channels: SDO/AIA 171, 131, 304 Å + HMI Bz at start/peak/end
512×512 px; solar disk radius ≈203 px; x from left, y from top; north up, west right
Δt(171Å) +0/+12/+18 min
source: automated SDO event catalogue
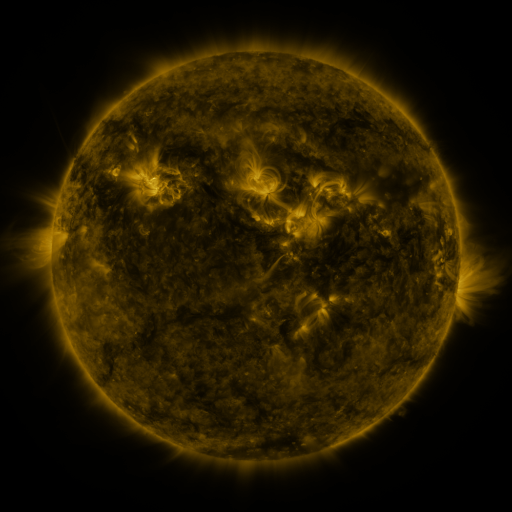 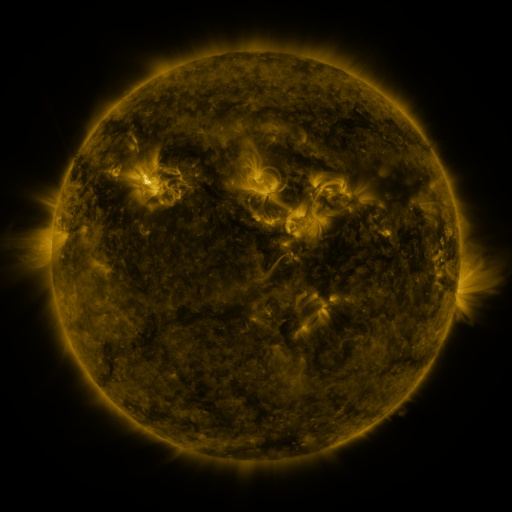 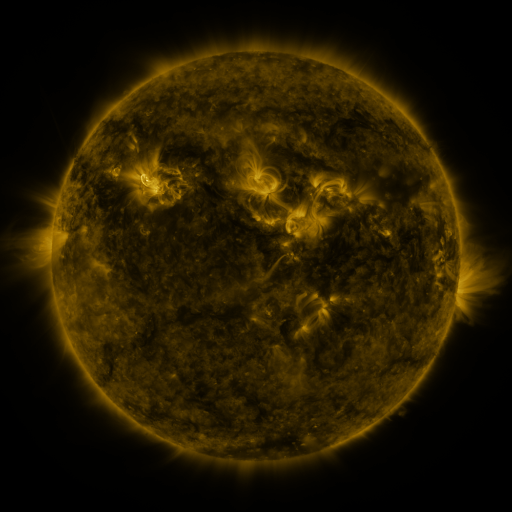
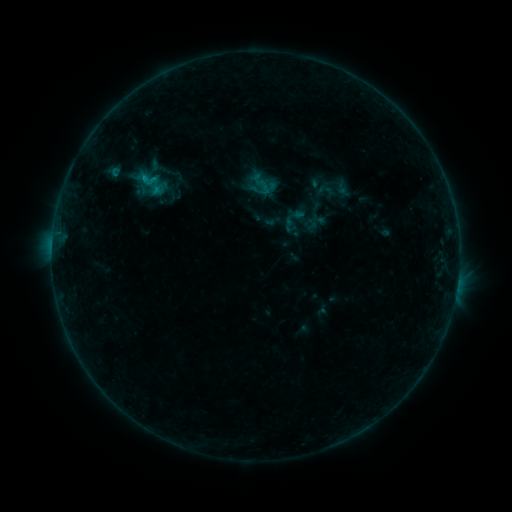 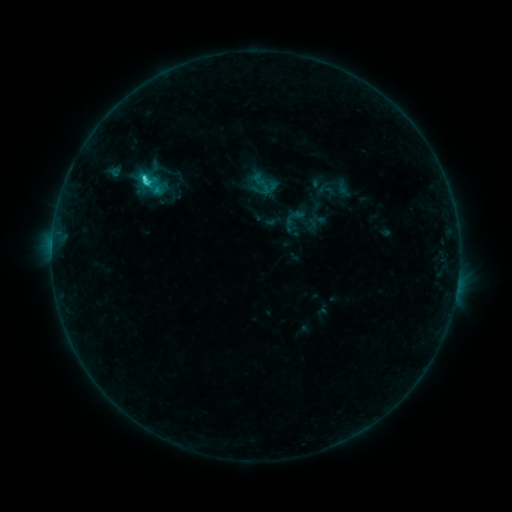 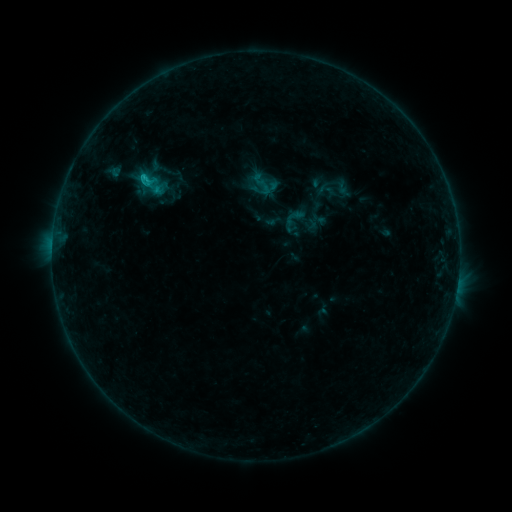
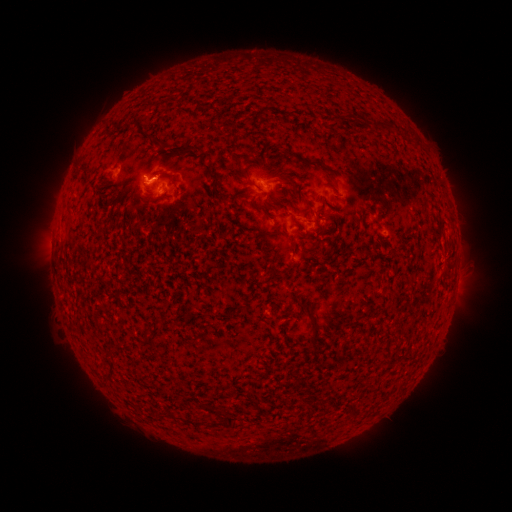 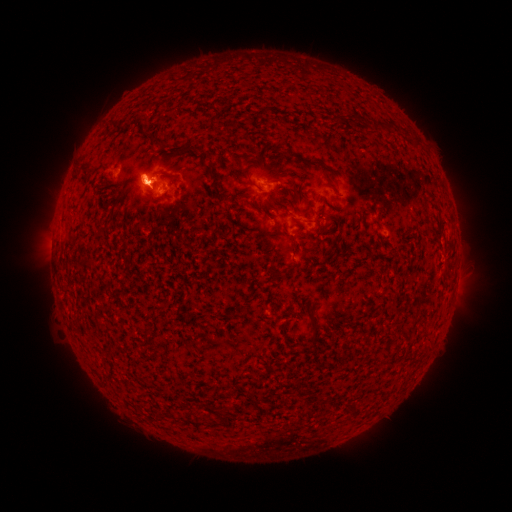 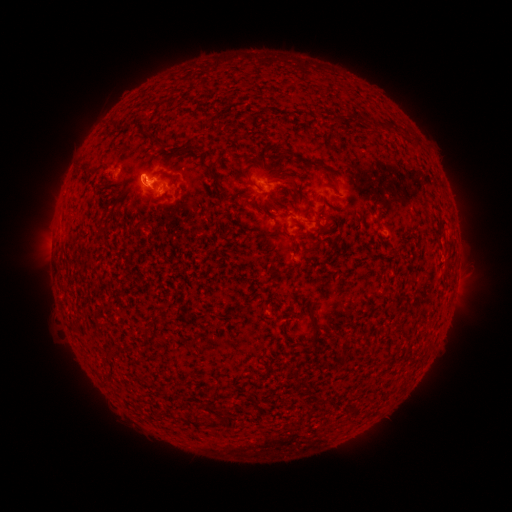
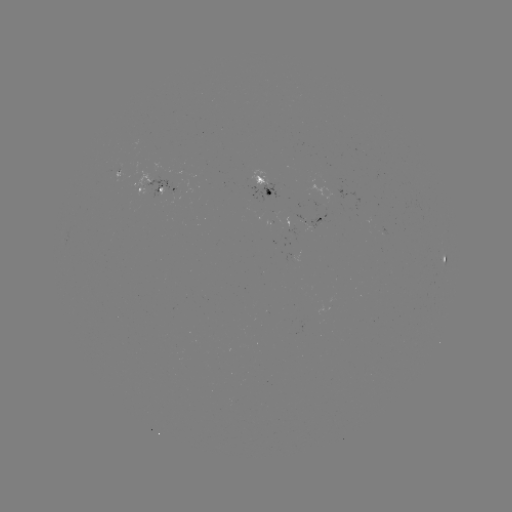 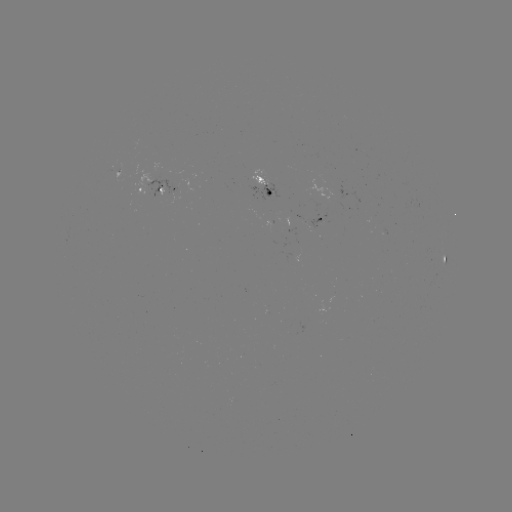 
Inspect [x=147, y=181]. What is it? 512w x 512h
C2.4 flare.